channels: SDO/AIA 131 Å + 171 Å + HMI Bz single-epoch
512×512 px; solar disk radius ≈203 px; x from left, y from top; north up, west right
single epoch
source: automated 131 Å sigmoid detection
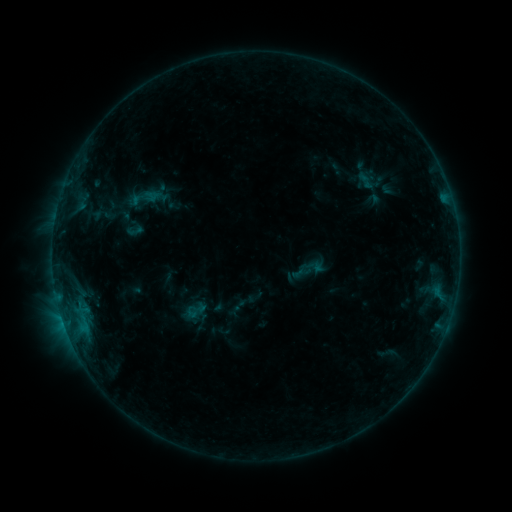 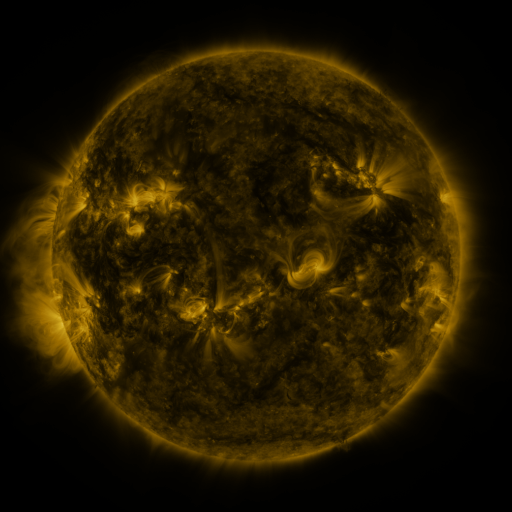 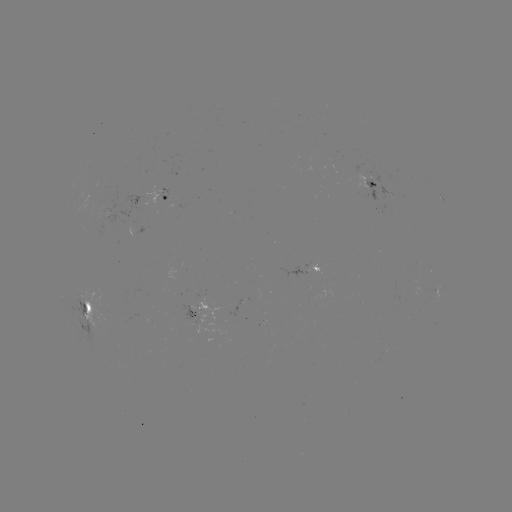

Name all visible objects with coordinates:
sigmoid: (196, 310)
